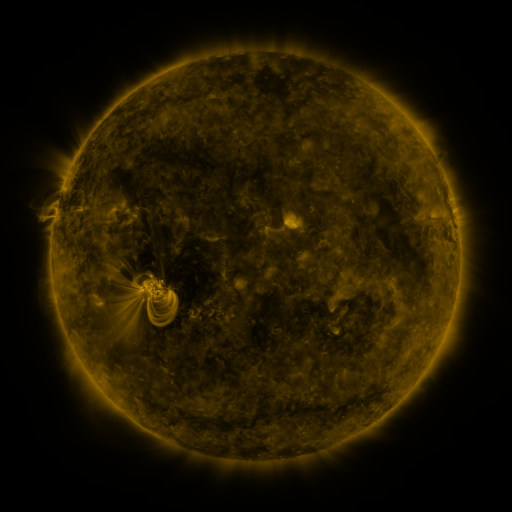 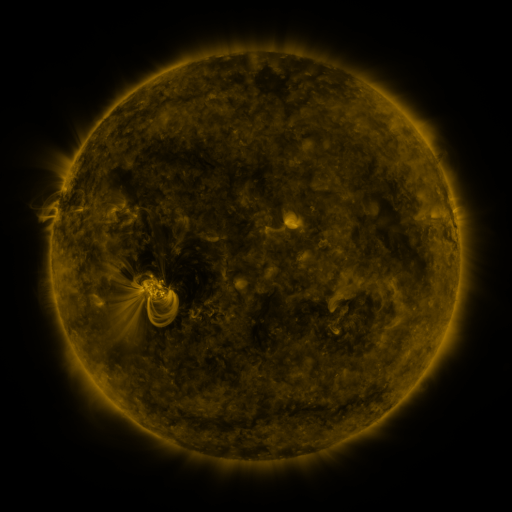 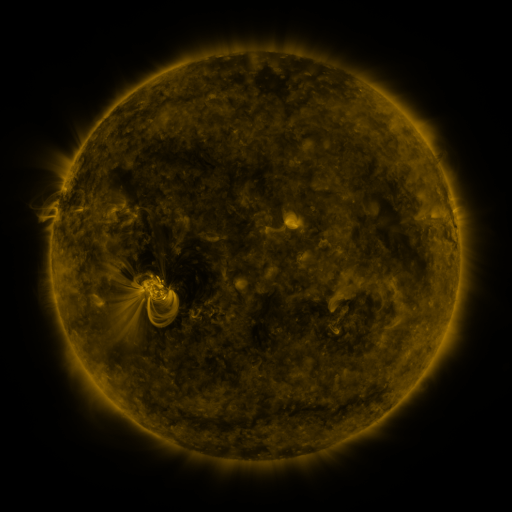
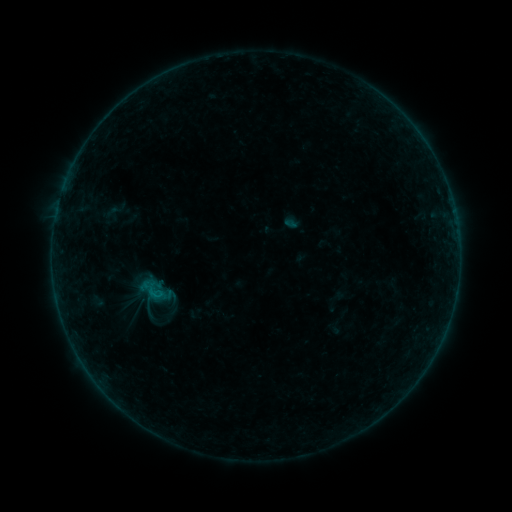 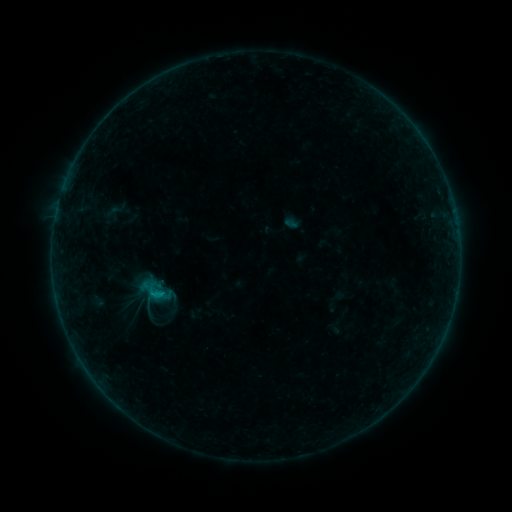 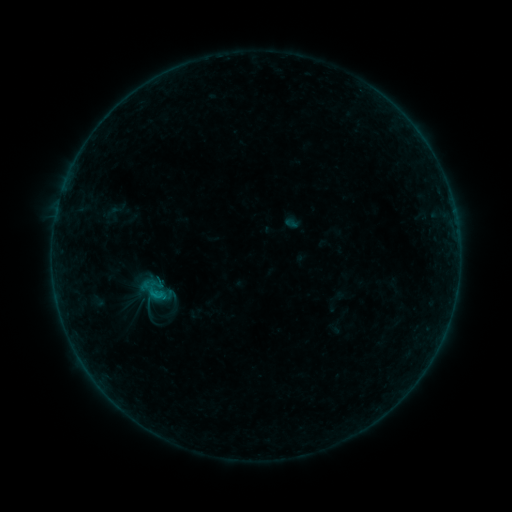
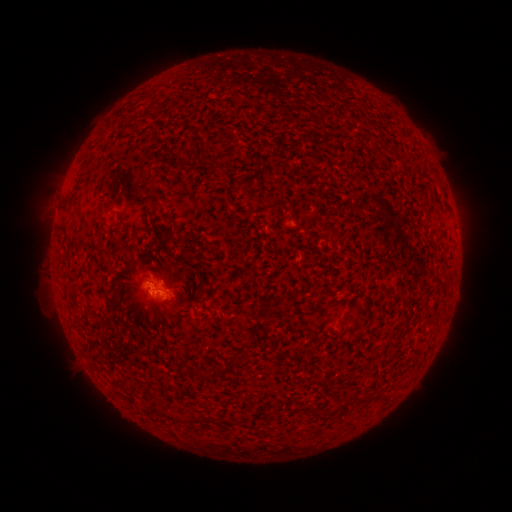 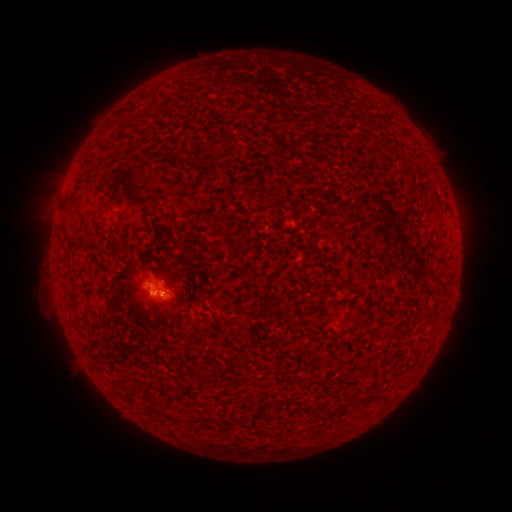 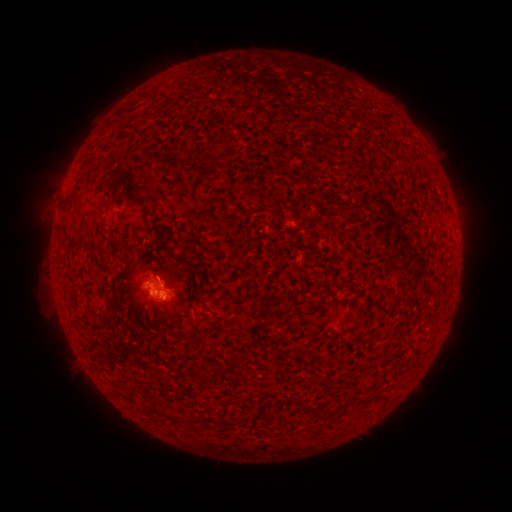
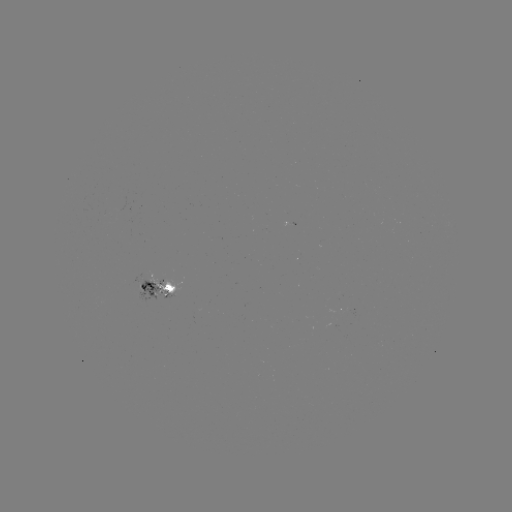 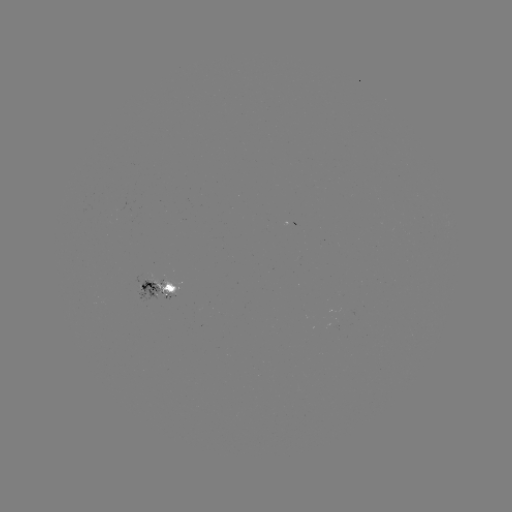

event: flare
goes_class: B3.3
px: (157, 292)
